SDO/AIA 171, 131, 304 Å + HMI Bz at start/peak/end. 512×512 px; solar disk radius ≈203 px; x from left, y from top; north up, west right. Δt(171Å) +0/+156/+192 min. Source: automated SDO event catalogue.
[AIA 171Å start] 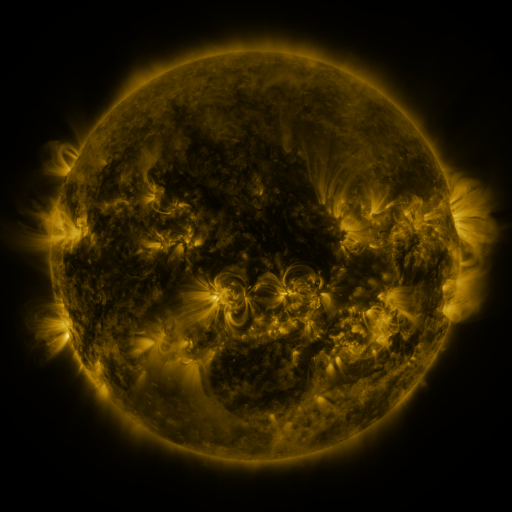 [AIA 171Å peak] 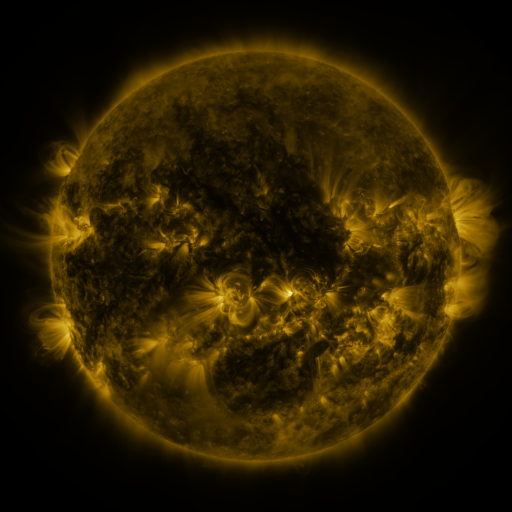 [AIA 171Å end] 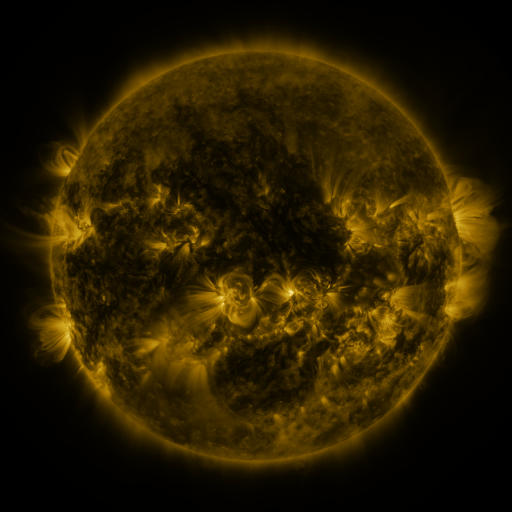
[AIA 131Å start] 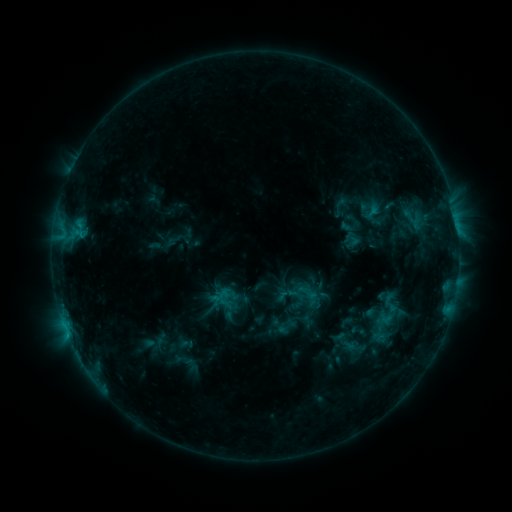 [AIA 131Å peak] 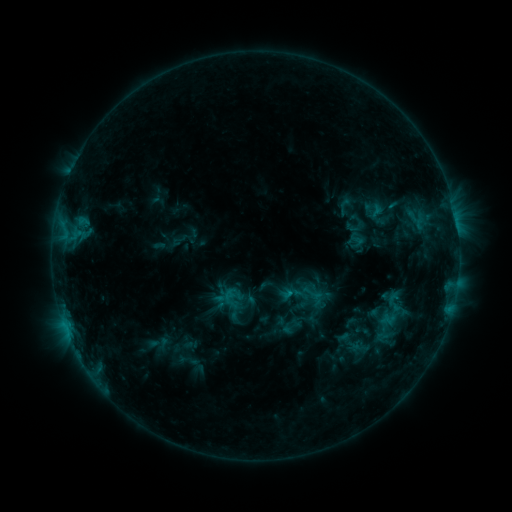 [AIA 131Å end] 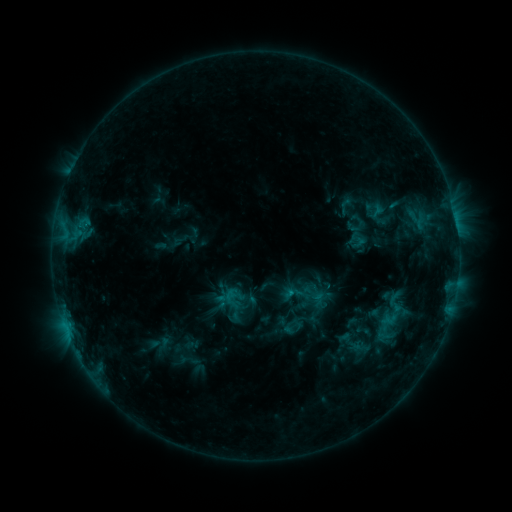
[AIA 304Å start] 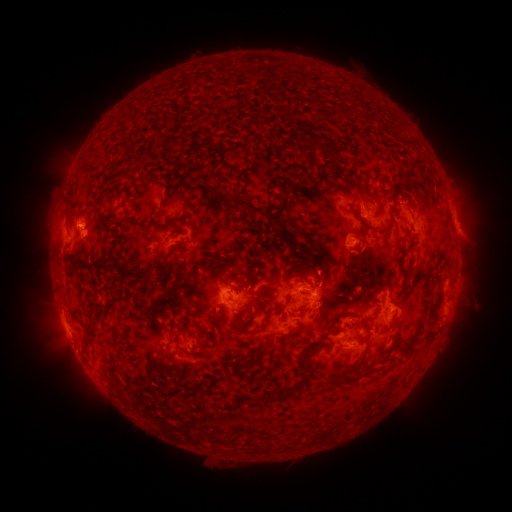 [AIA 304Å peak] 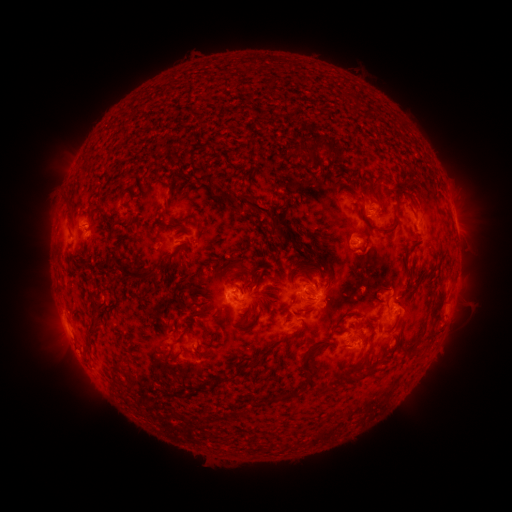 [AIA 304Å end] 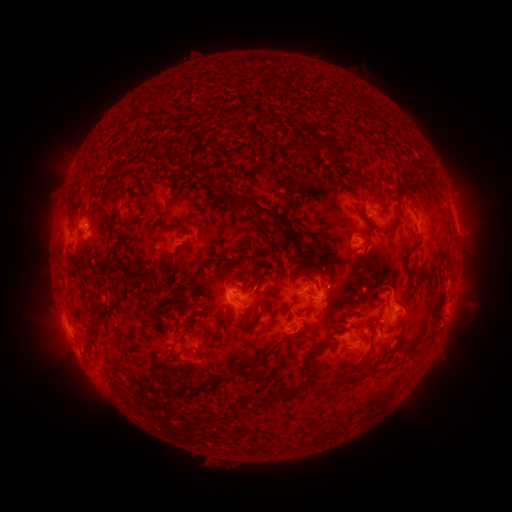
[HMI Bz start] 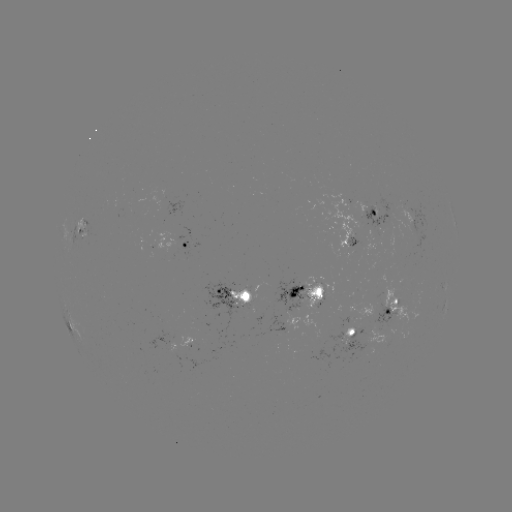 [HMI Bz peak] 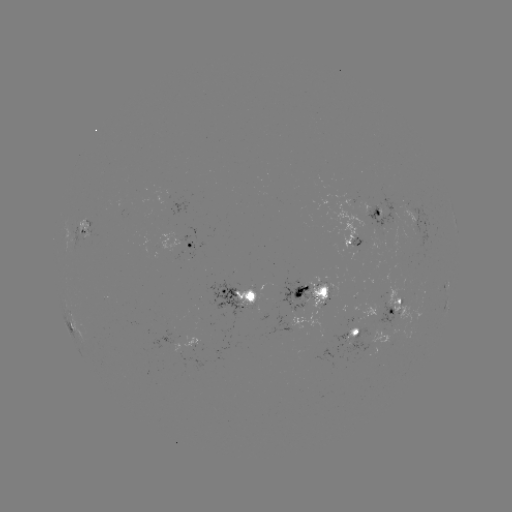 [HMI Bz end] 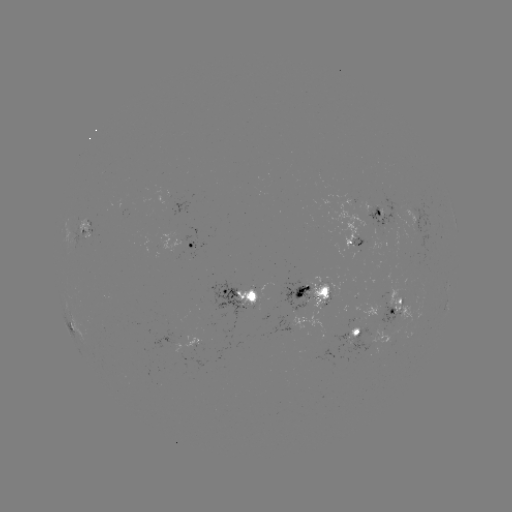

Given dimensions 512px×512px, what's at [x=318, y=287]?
emerging-flux region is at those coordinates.